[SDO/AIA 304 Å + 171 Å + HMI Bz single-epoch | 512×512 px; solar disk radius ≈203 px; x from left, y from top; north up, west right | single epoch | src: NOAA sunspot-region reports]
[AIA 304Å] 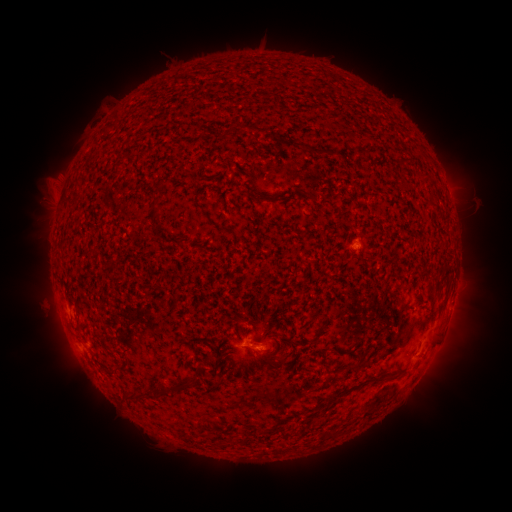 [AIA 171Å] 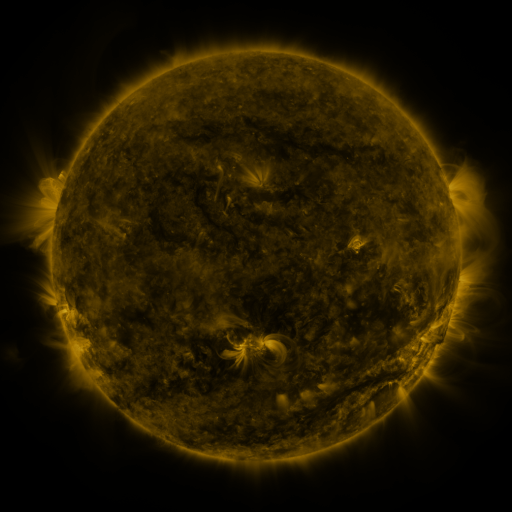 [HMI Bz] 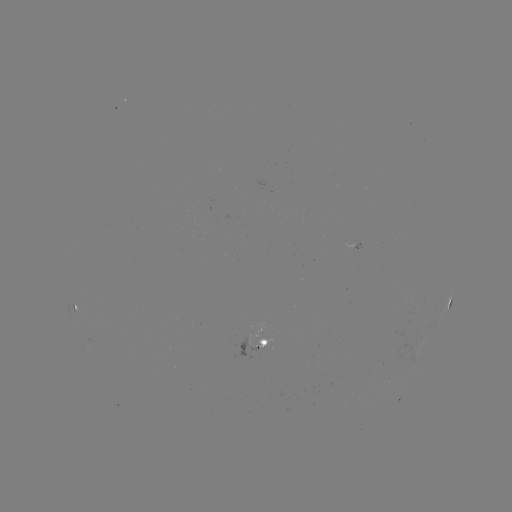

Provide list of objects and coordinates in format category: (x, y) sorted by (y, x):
spotted active region: (74, 306)
spotted active region: (449, 306)
spotted active region: (259, 349)
